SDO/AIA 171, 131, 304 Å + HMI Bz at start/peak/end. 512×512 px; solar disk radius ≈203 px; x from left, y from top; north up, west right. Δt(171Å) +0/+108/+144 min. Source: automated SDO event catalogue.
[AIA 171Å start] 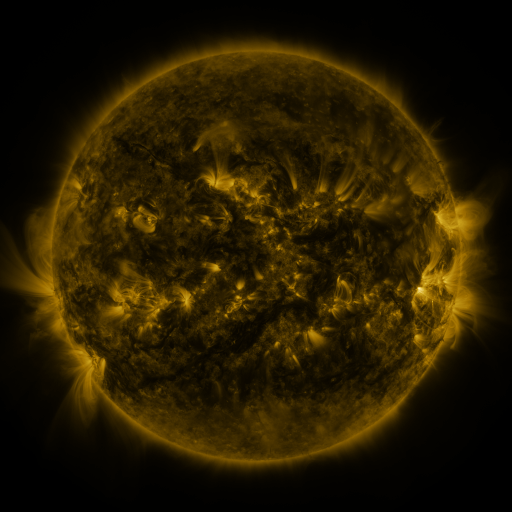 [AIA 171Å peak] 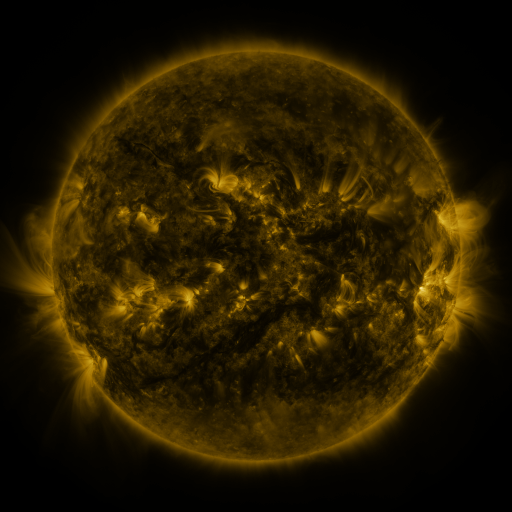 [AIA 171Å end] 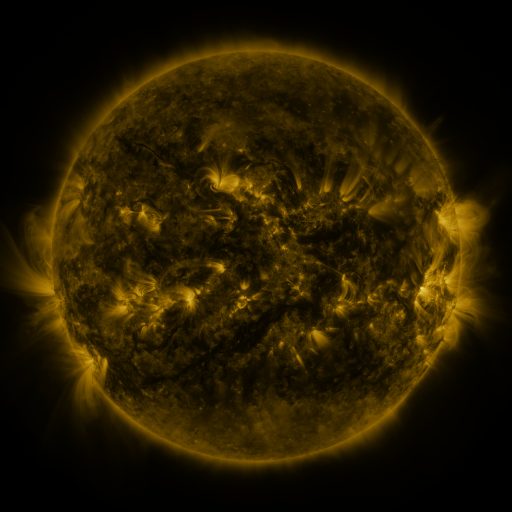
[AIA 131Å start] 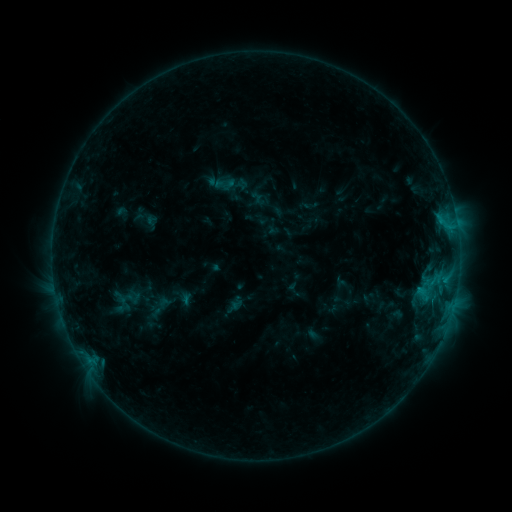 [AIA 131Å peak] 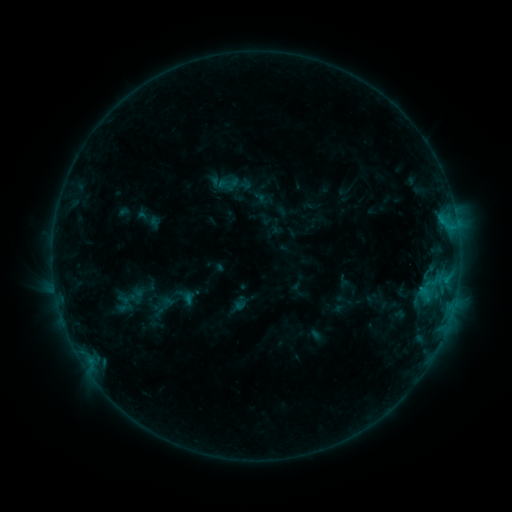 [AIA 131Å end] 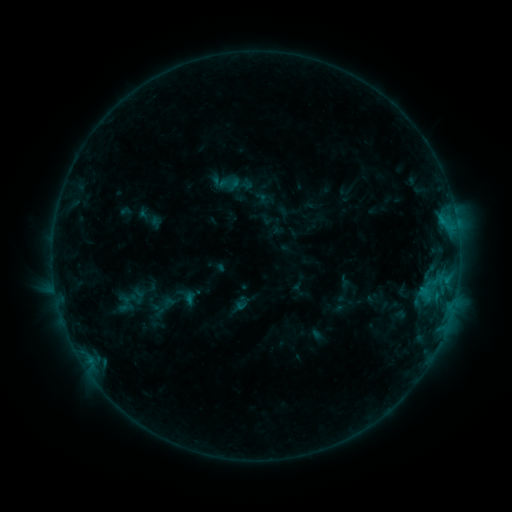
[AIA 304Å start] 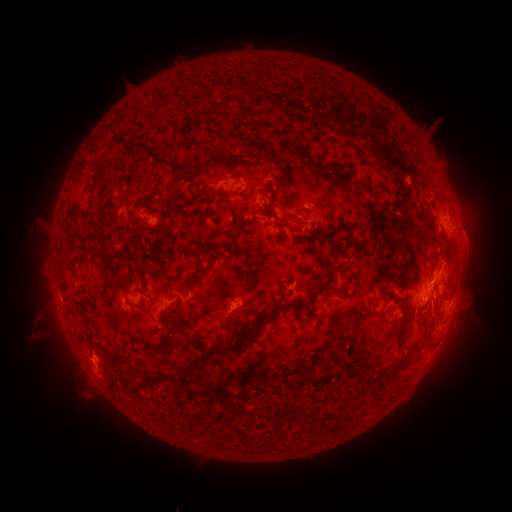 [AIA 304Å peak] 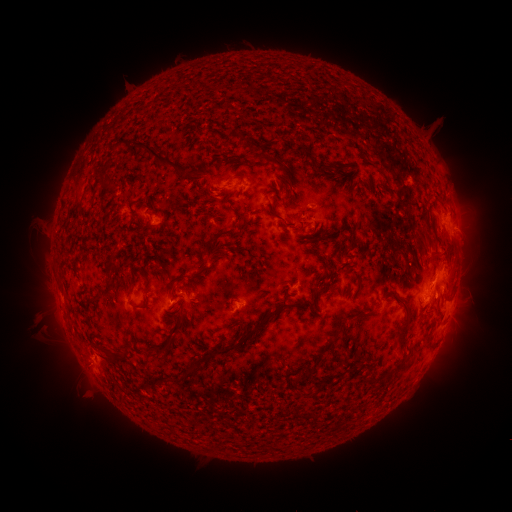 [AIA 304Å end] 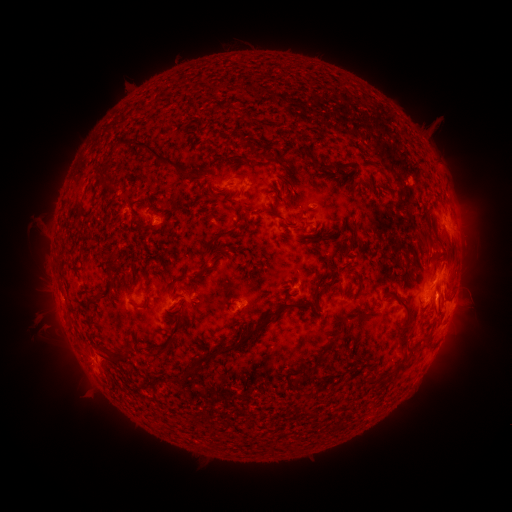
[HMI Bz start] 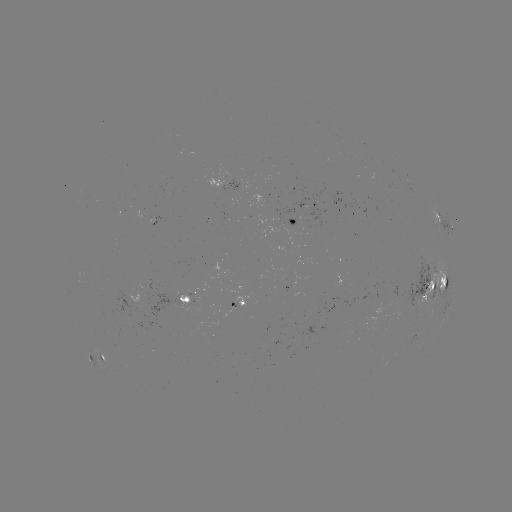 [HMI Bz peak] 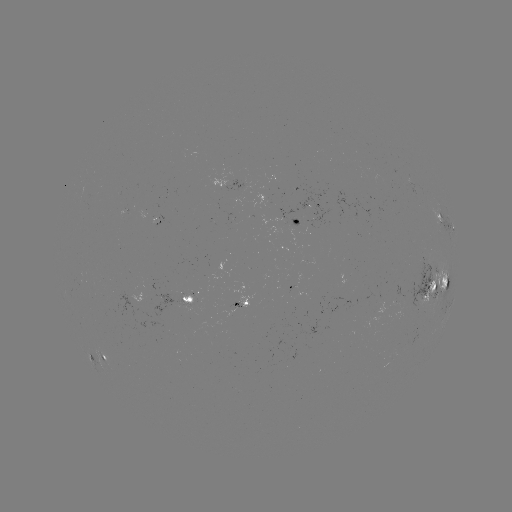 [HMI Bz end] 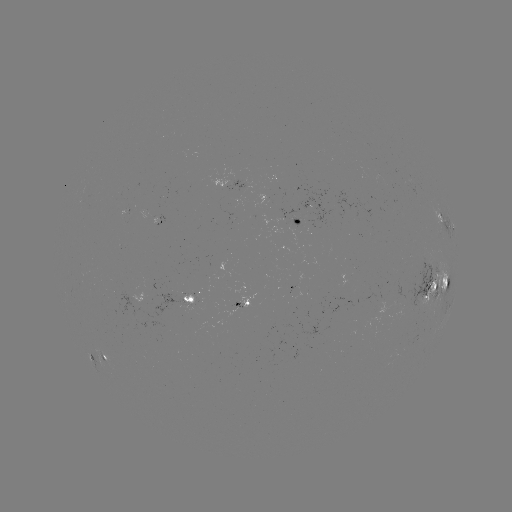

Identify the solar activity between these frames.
emerging-flux region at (382, 303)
